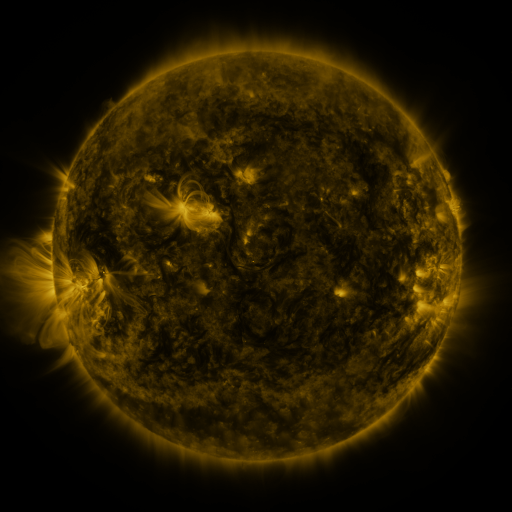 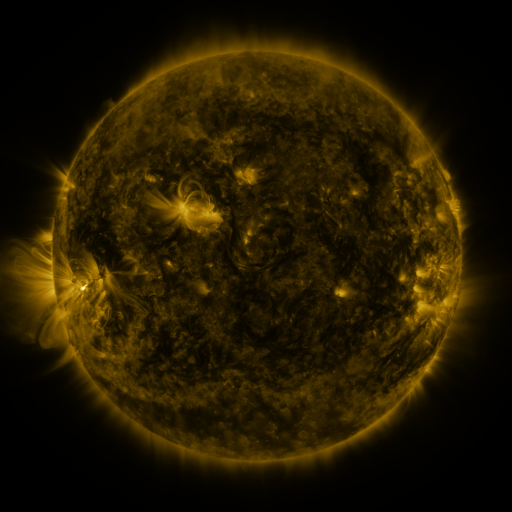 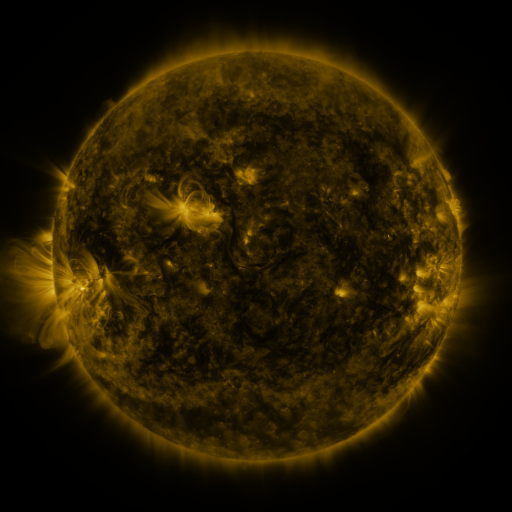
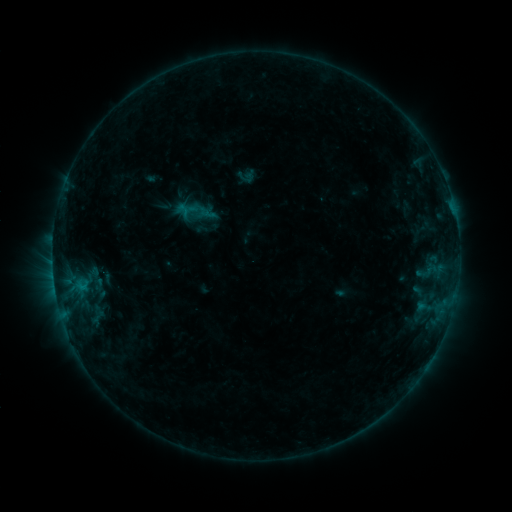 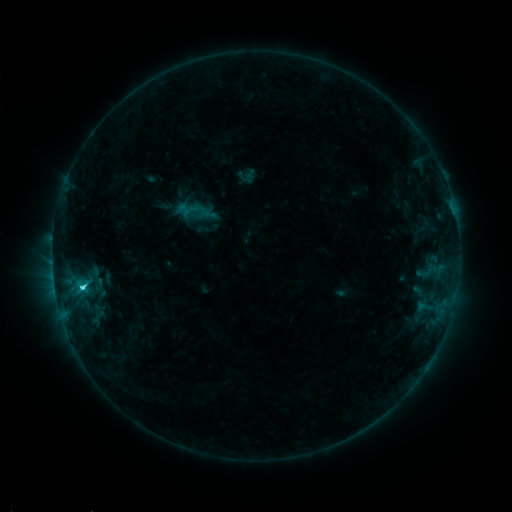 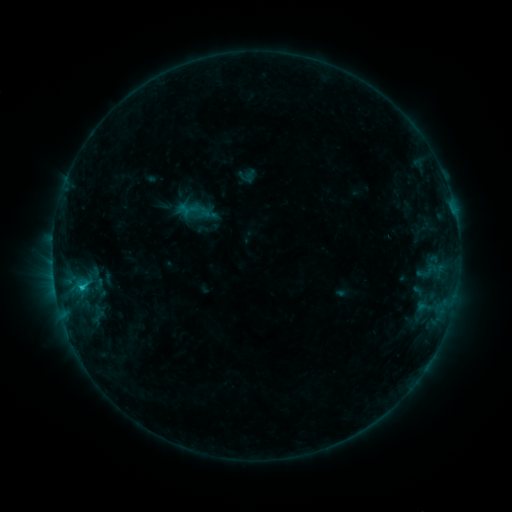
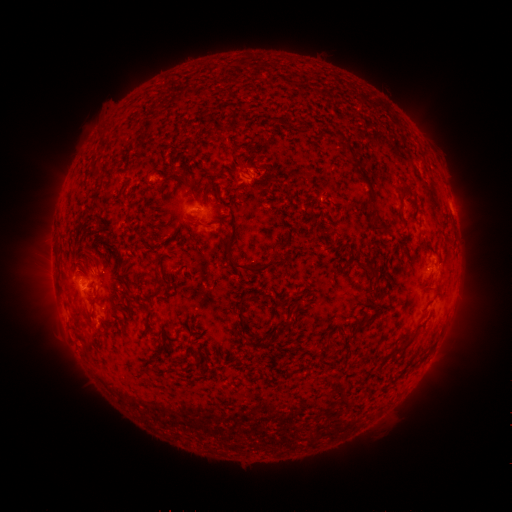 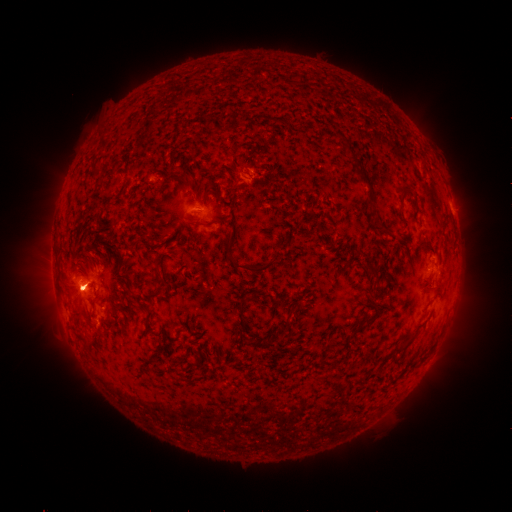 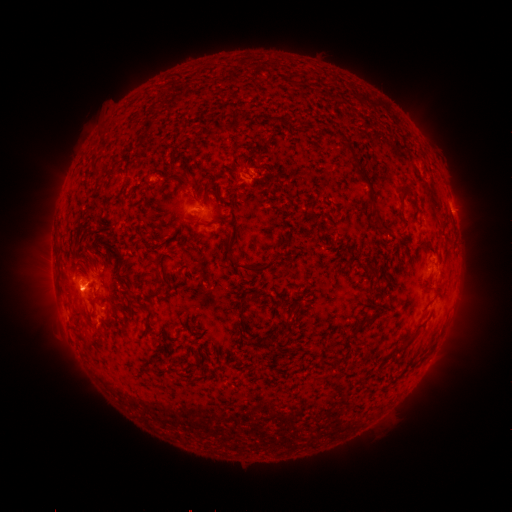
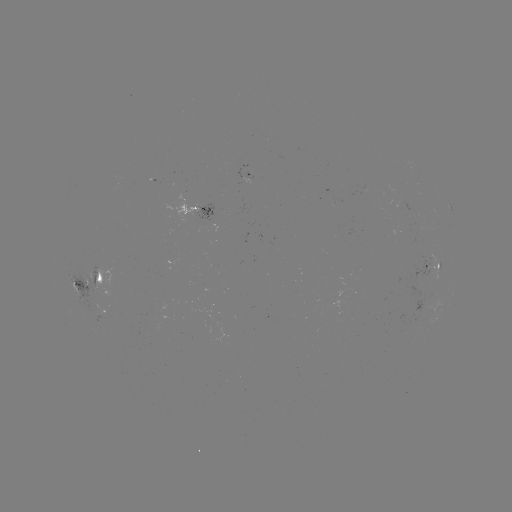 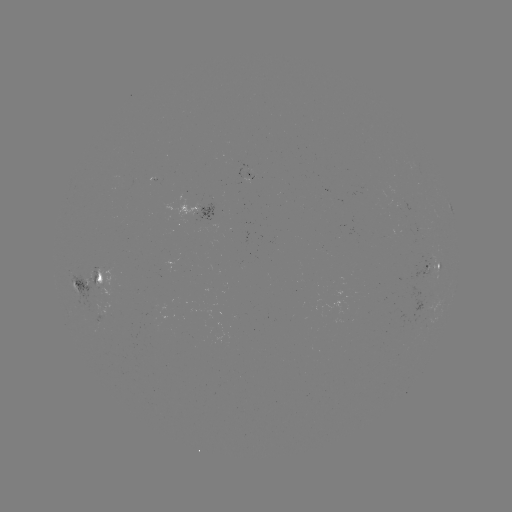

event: flare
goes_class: C2.0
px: (84, 285)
